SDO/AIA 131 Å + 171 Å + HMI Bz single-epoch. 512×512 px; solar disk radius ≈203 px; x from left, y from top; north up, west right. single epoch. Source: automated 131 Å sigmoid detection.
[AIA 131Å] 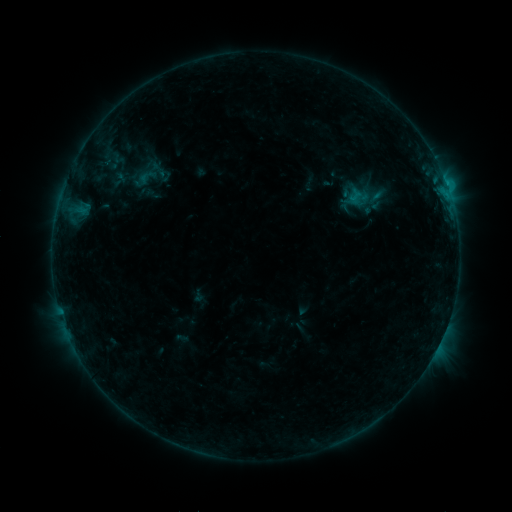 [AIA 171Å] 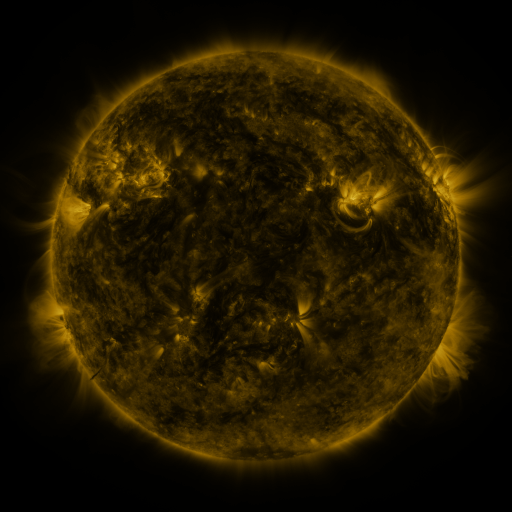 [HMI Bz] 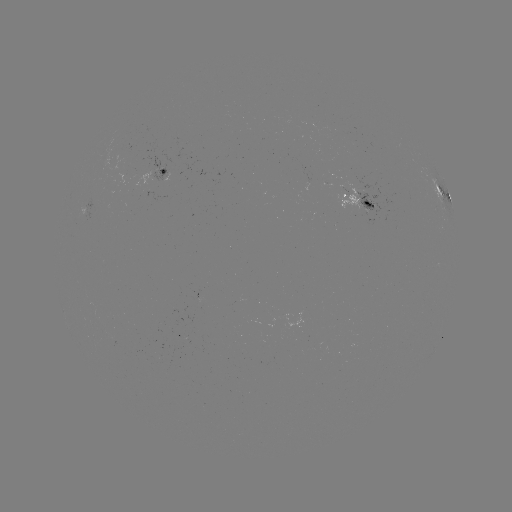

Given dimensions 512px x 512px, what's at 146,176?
sigmoid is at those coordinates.